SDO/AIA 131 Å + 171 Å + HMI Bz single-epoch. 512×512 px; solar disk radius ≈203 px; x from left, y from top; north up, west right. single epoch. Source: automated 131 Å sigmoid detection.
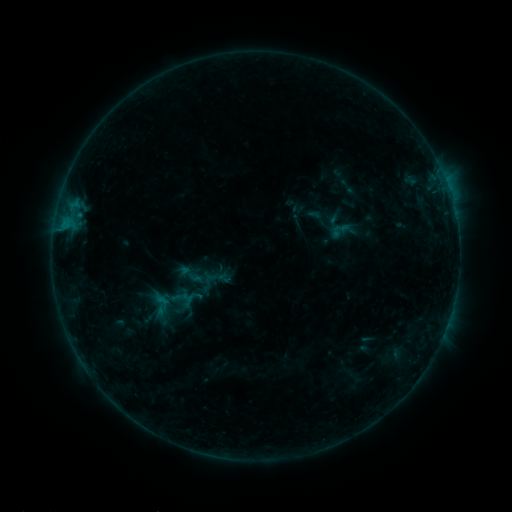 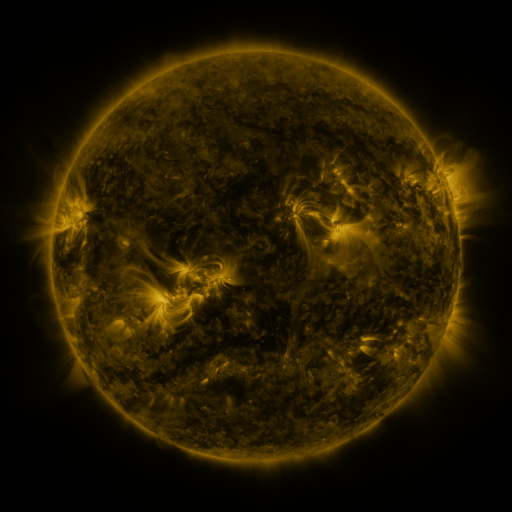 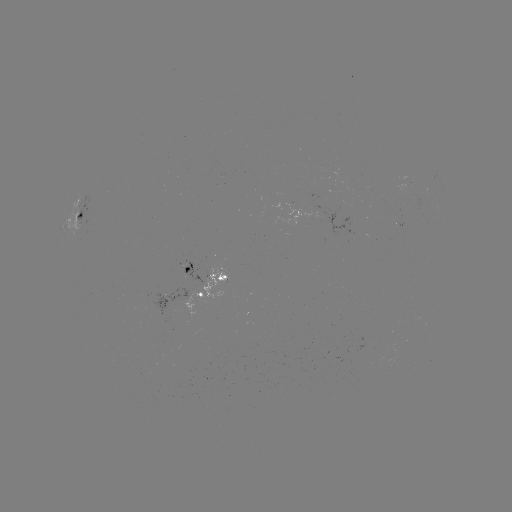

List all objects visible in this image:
sigmoid: [328, 219, 352, 241]
sigmoid: [173, 255, 217, 296]
